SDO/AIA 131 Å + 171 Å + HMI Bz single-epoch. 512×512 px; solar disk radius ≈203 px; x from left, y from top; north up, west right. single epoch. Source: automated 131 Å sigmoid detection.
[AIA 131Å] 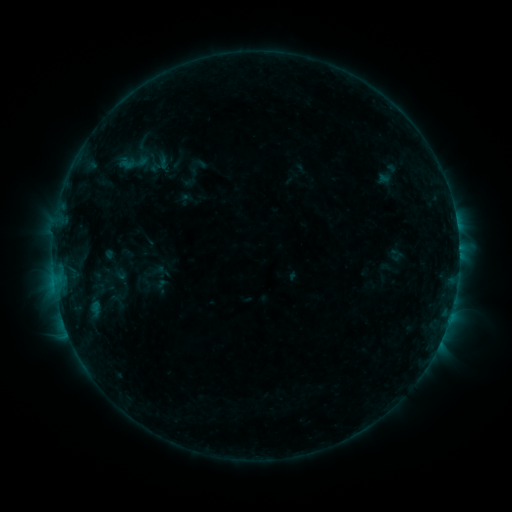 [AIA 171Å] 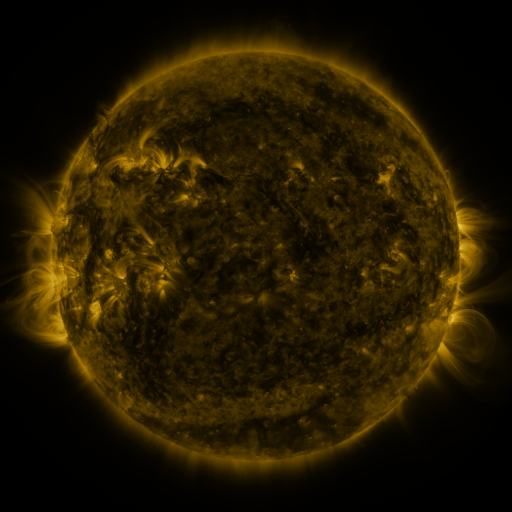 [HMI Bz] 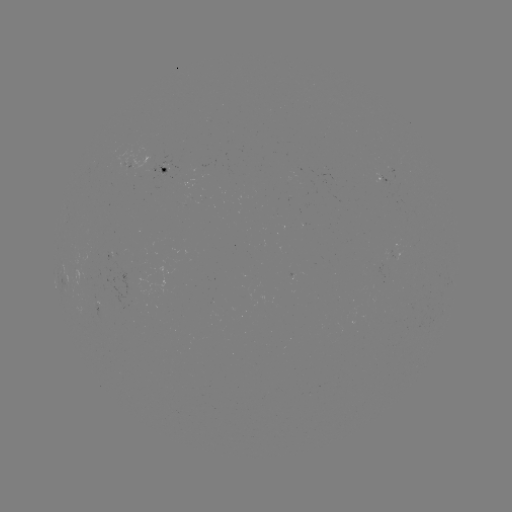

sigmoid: <bbox>116, 144, 153, 181</bbox>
